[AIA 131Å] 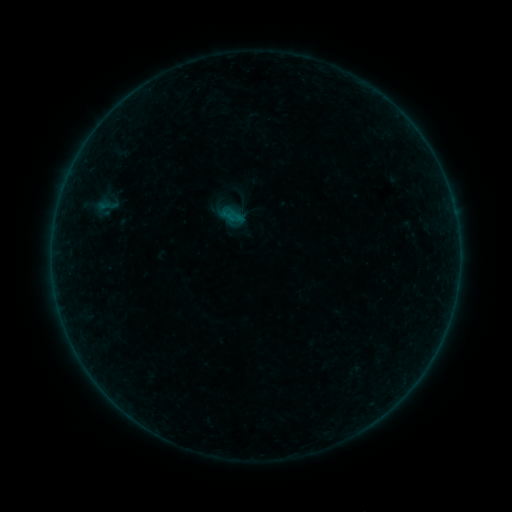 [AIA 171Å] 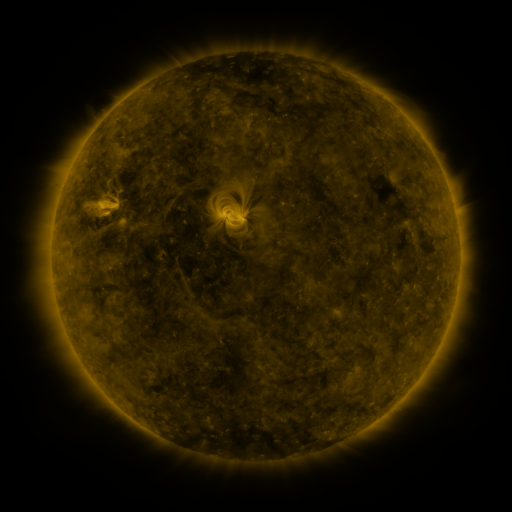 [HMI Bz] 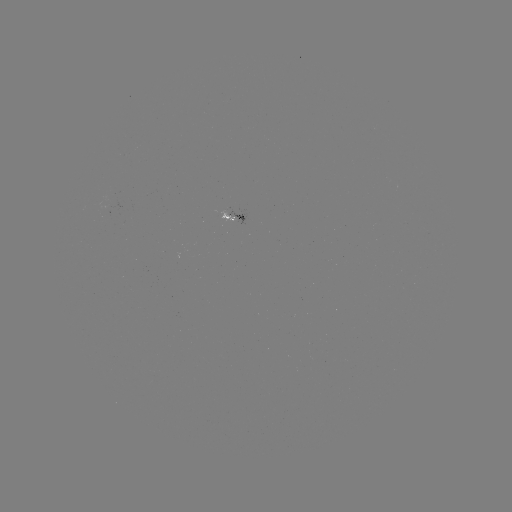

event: sigmoid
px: (106, 206)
